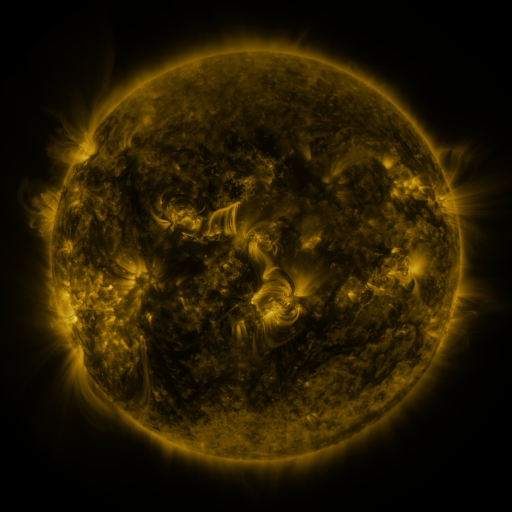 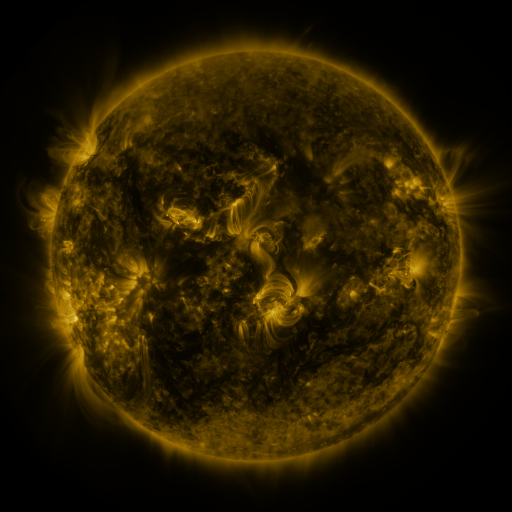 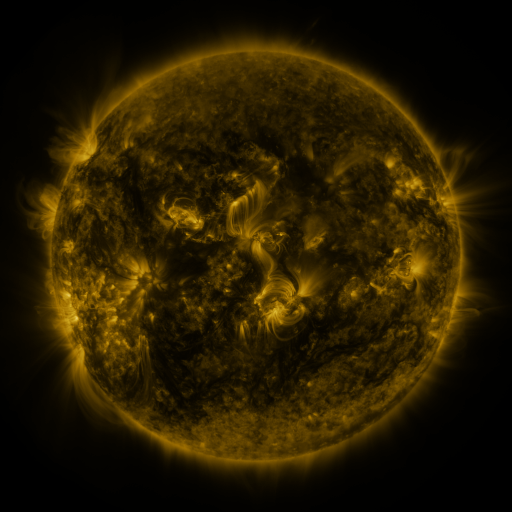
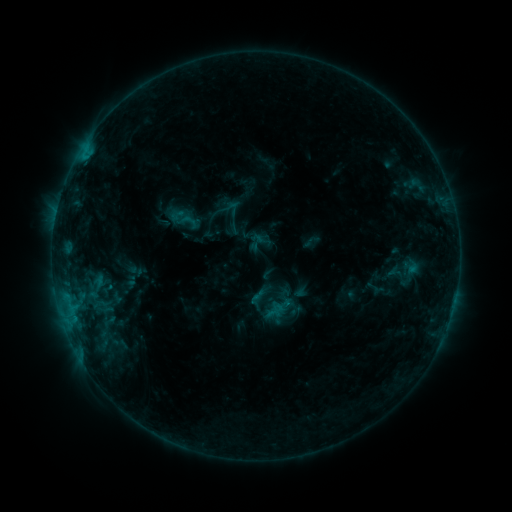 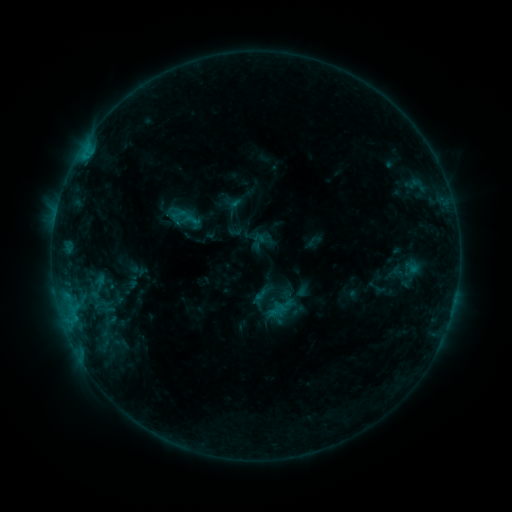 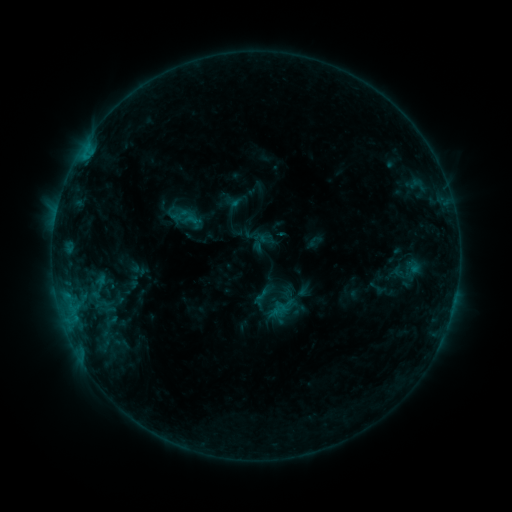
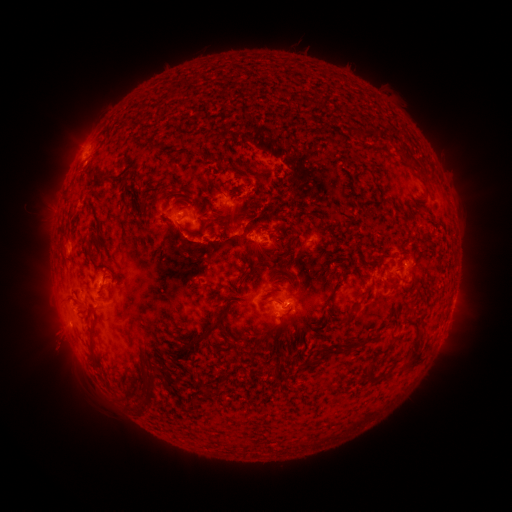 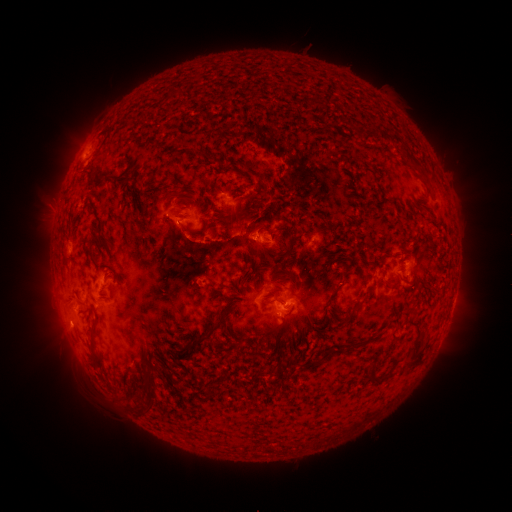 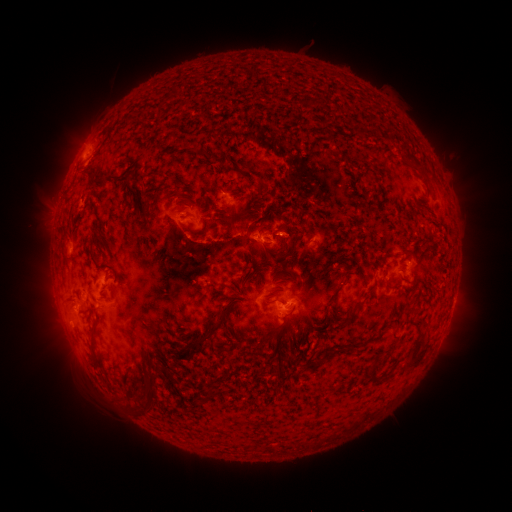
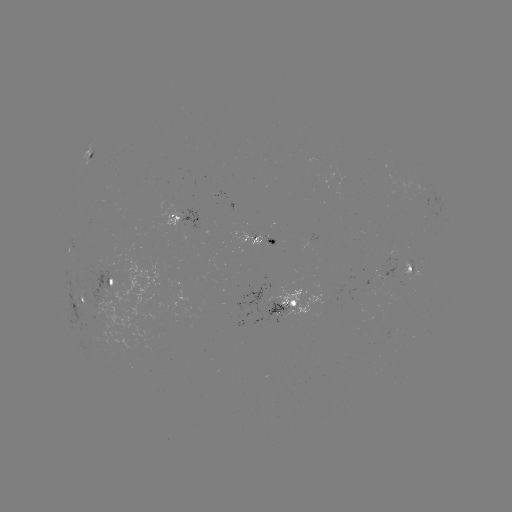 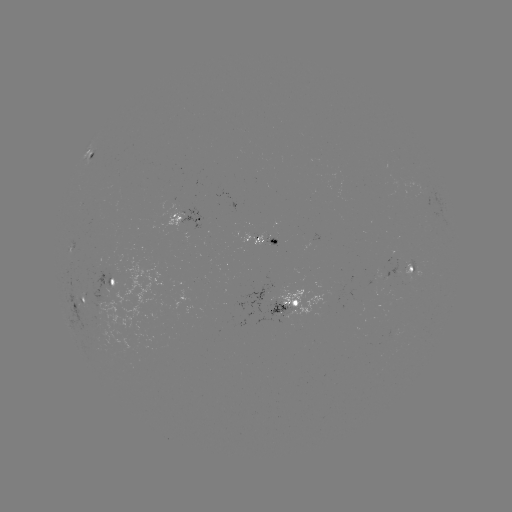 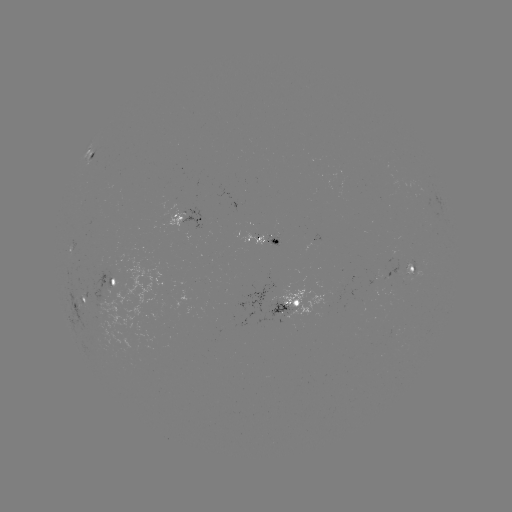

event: emerging-flux region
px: (272, 239)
